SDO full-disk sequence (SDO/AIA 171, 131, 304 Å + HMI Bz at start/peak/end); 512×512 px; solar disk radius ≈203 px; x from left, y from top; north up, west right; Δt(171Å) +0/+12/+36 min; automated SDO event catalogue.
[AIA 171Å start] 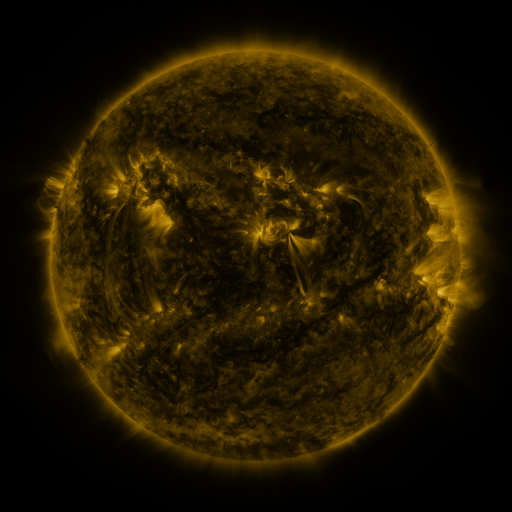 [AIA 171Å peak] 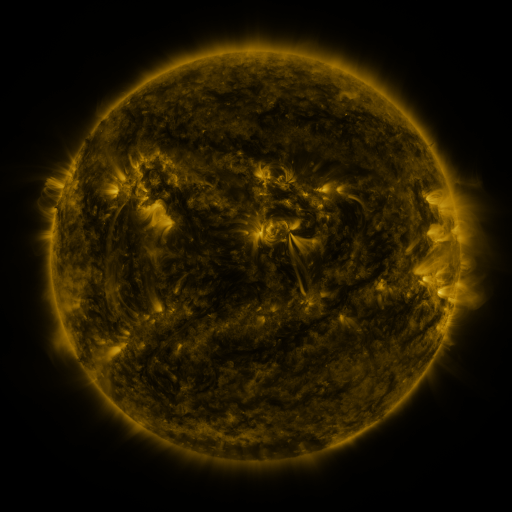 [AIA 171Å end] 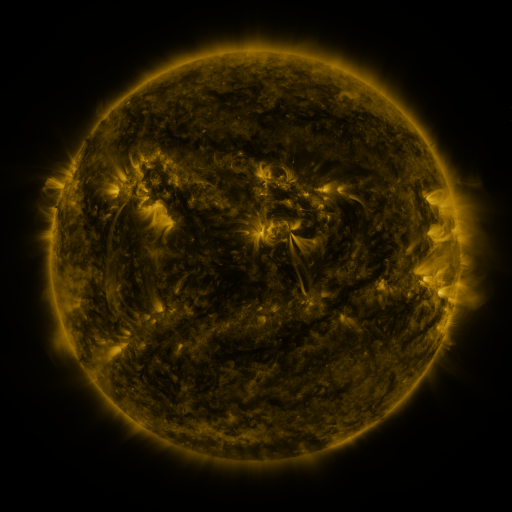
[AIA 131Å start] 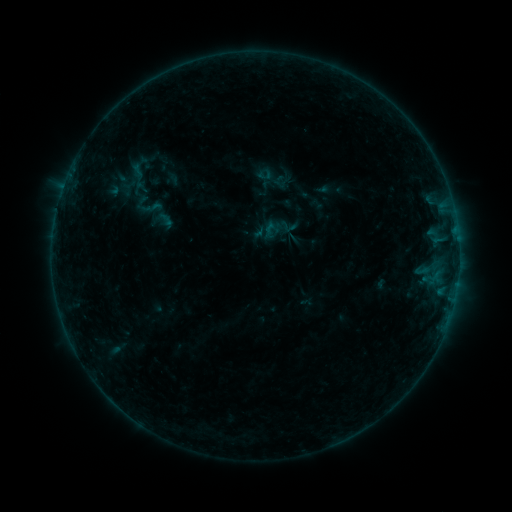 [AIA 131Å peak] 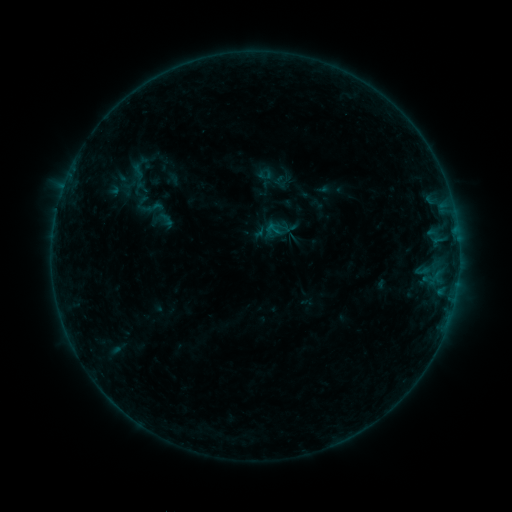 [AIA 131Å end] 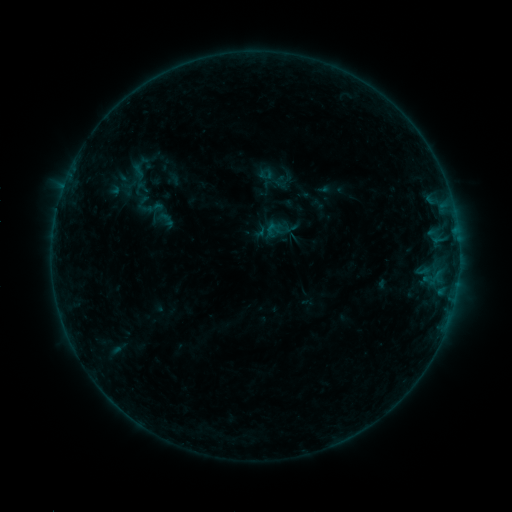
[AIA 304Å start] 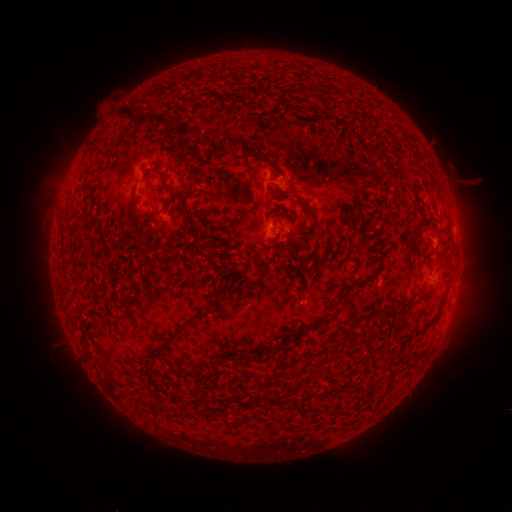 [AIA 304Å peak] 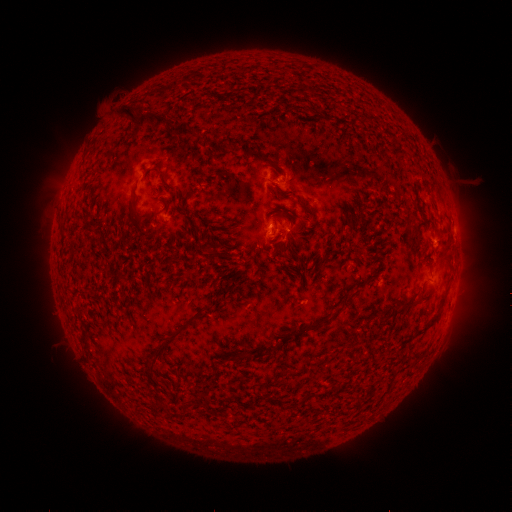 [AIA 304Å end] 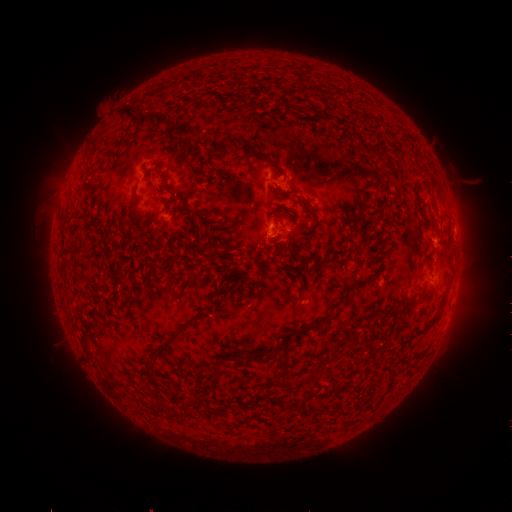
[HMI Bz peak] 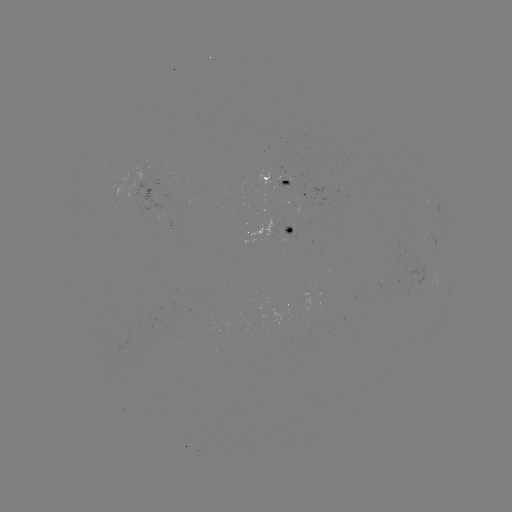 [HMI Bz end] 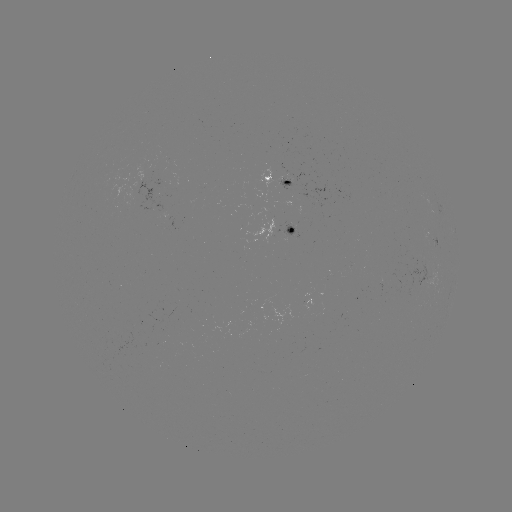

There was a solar flare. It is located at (273, 233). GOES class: B3.3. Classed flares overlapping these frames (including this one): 1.